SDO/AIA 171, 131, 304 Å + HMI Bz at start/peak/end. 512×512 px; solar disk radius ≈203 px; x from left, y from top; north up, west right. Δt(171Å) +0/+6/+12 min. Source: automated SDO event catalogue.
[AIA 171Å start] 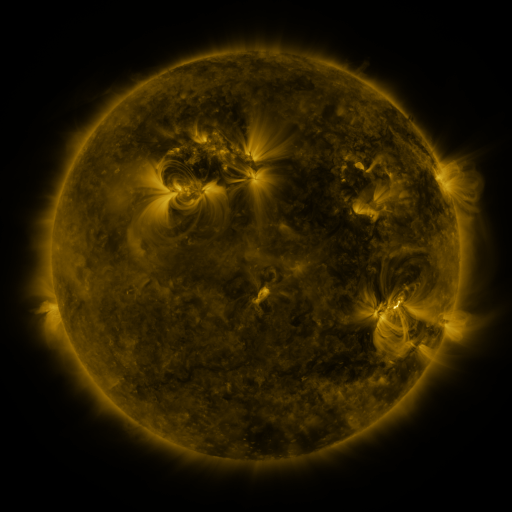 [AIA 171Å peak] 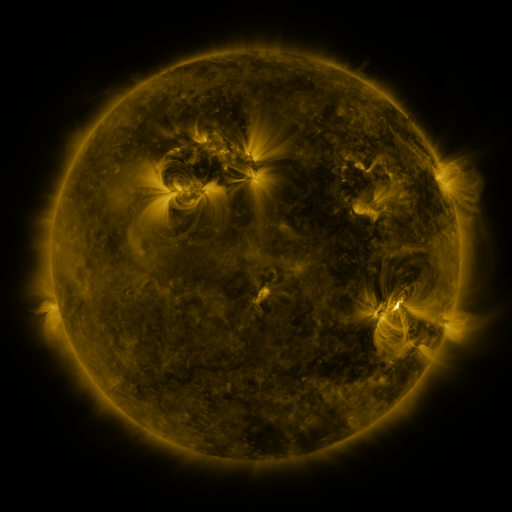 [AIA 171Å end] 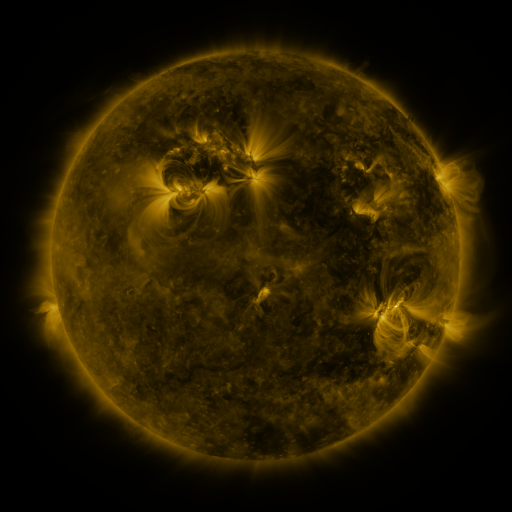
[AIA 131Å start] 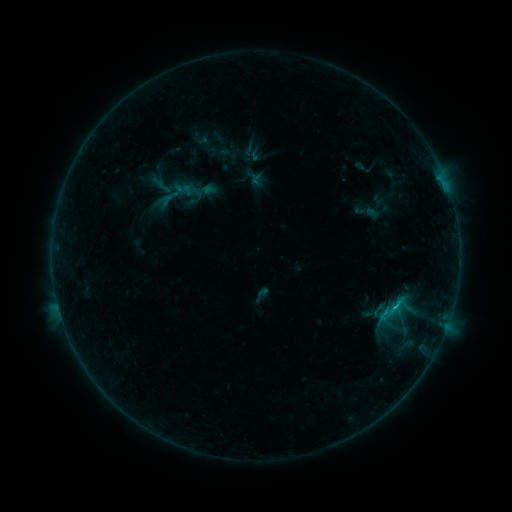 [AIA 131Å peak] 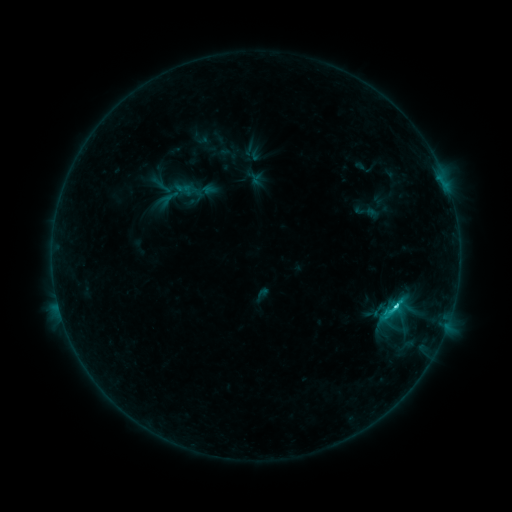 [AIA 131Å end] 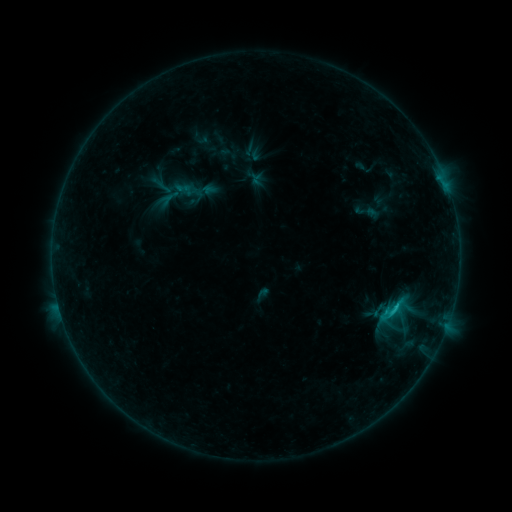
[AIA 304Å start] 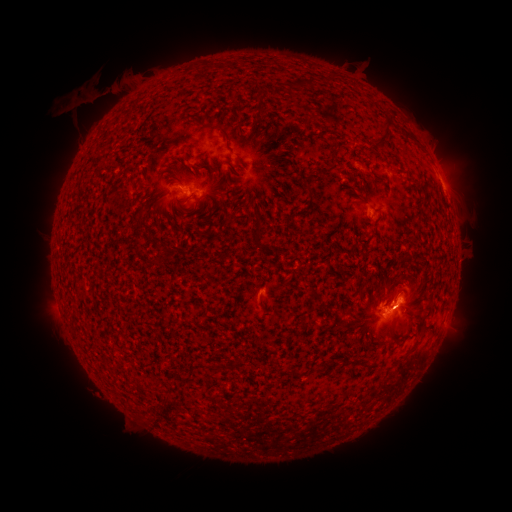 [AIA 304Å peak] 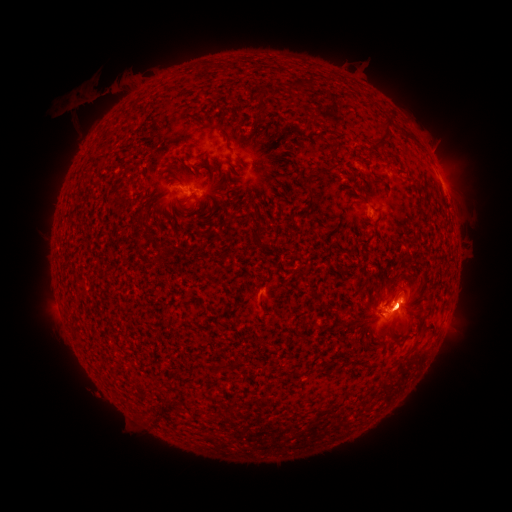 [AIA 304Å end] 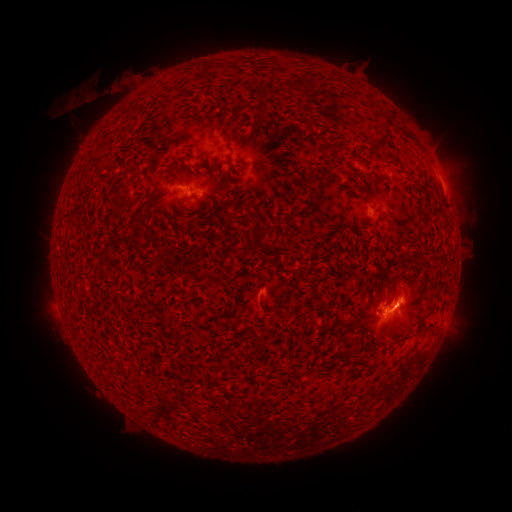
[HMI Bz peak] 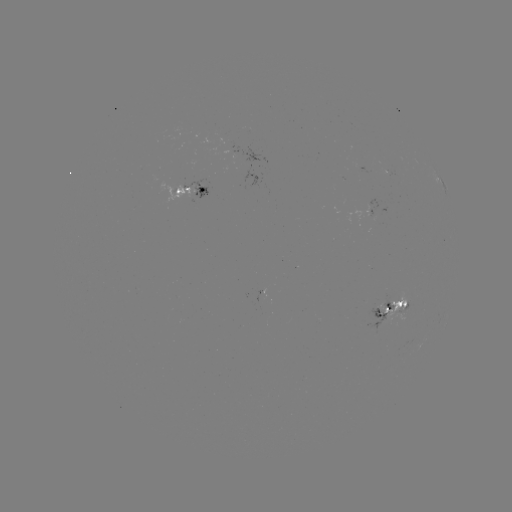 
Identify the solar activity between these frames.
C2.4 flare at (394, 305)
